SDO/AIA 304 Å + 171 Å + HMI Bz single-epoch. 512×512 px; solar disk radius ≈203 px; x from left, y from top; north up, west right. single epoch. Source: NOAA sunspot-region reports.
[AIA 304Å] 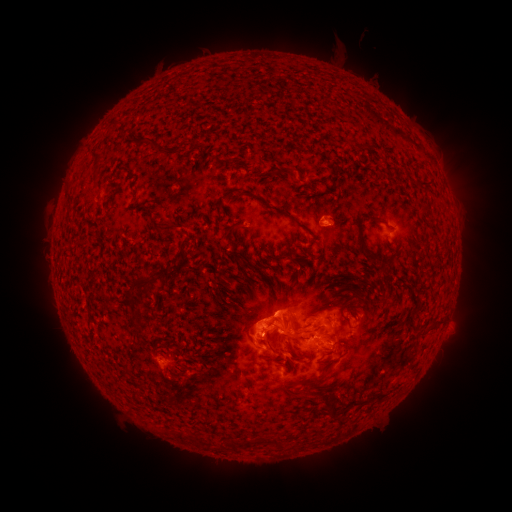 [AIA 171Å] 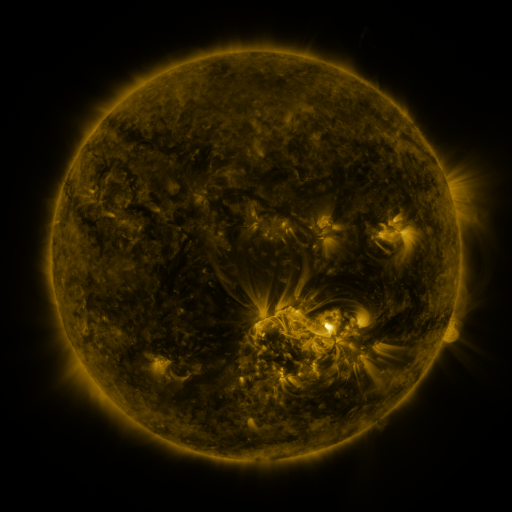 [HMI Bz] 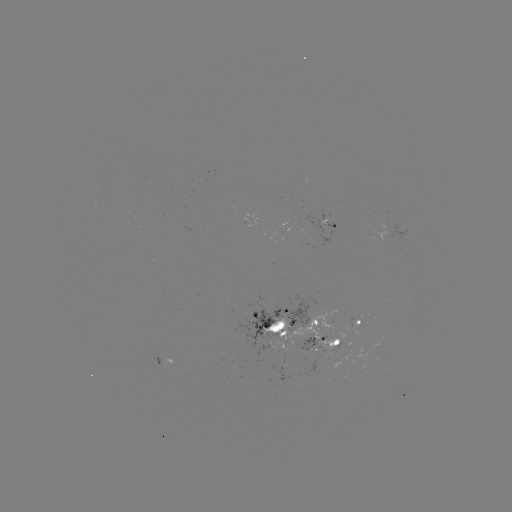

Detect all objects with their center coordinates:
spotted active region: (327, 223)
spotted active region: (357, 317)
spotted active region: (286, 326)
spotted active region: (324, 341)
spotted active region: (162, 359)
